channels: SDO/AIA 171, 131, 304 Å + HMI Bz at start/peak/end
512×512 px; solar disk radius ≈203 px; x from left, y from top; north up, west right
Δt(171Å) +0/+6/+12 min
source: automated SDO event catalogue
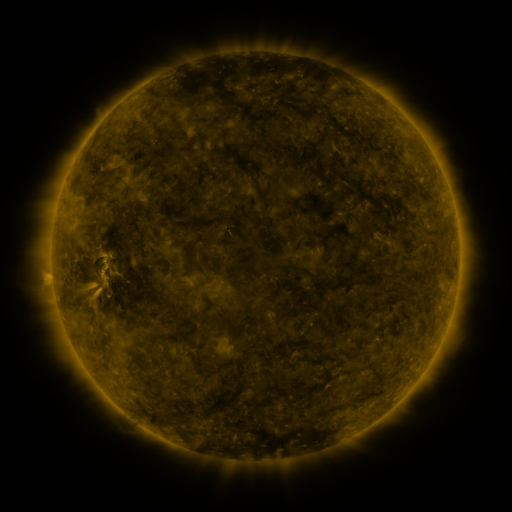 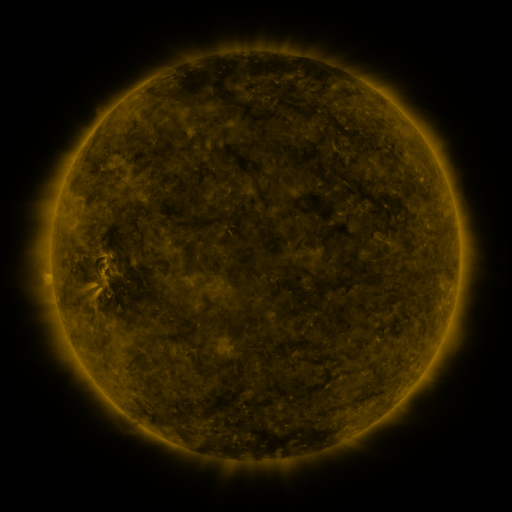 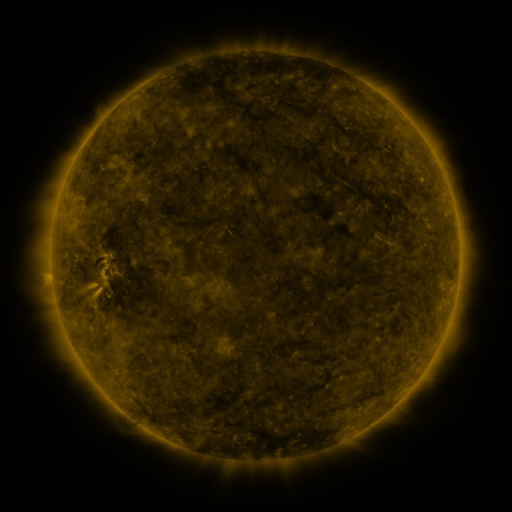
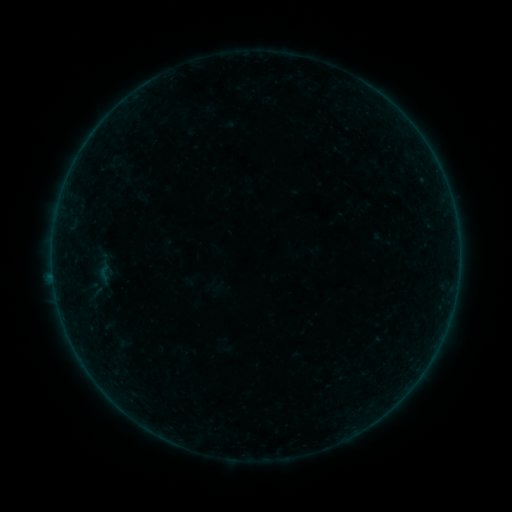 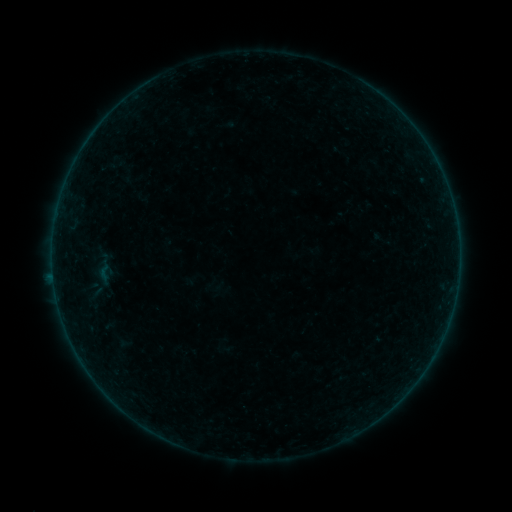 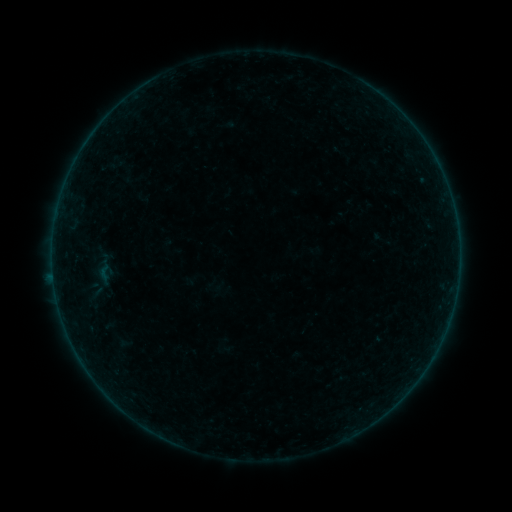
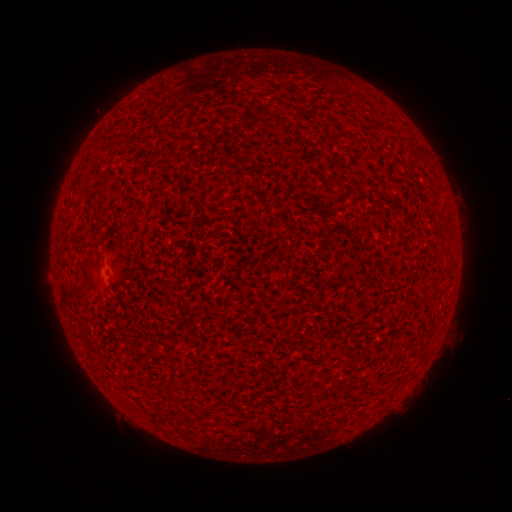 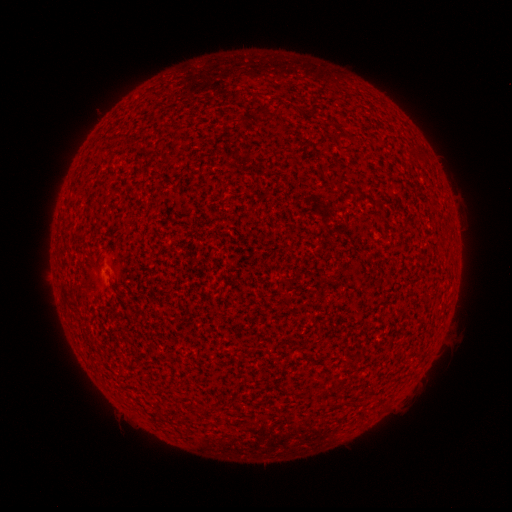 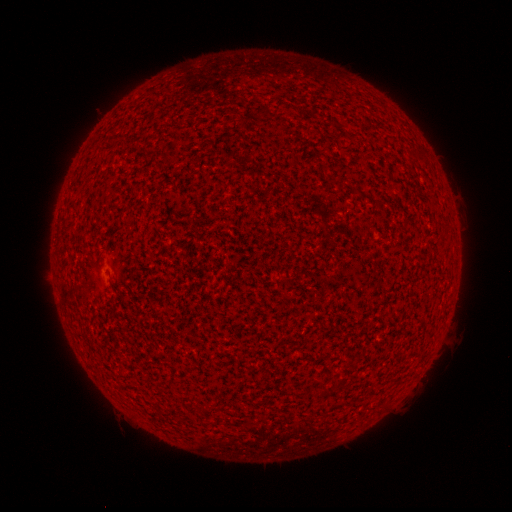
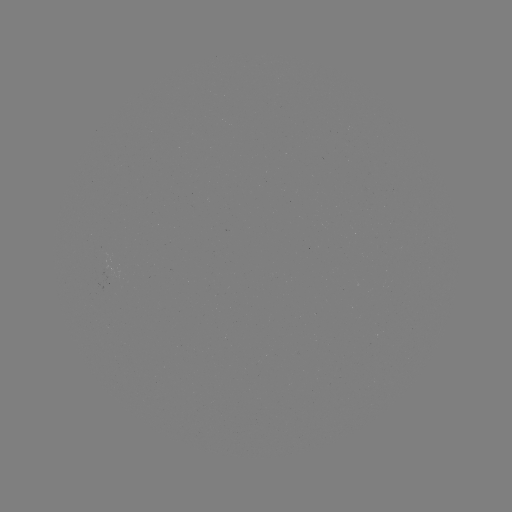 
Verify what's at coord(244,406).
A2.1 flare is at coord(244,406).